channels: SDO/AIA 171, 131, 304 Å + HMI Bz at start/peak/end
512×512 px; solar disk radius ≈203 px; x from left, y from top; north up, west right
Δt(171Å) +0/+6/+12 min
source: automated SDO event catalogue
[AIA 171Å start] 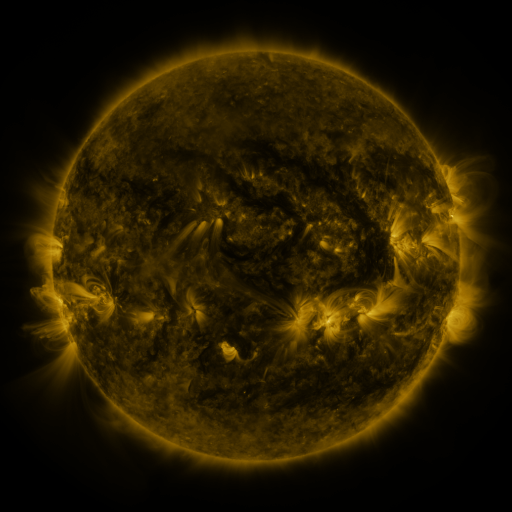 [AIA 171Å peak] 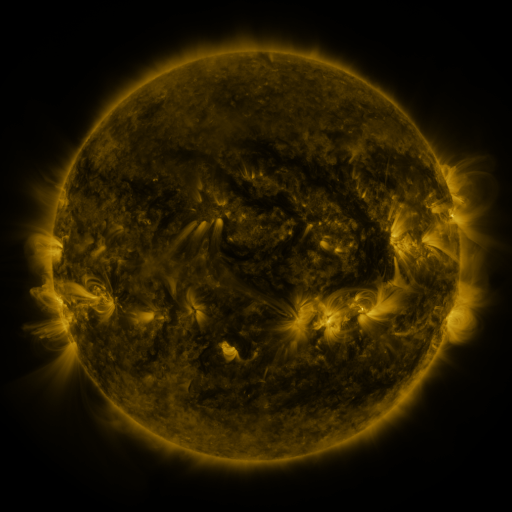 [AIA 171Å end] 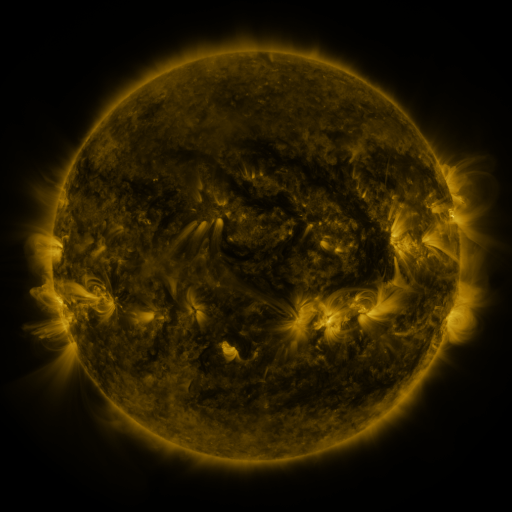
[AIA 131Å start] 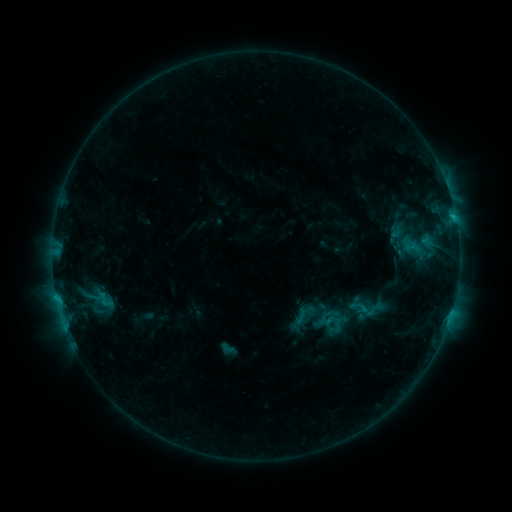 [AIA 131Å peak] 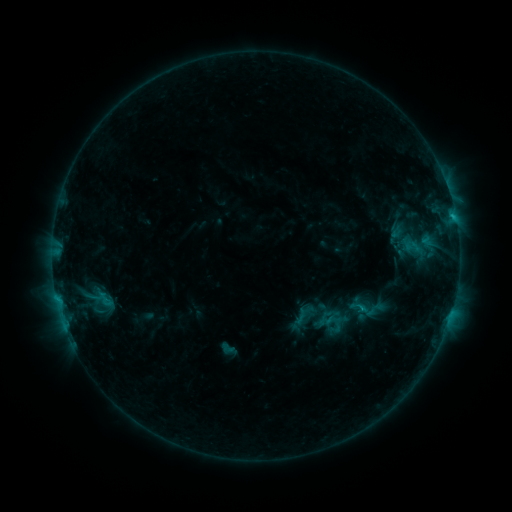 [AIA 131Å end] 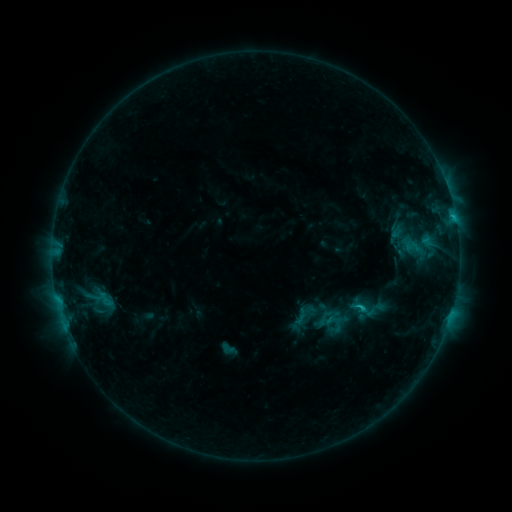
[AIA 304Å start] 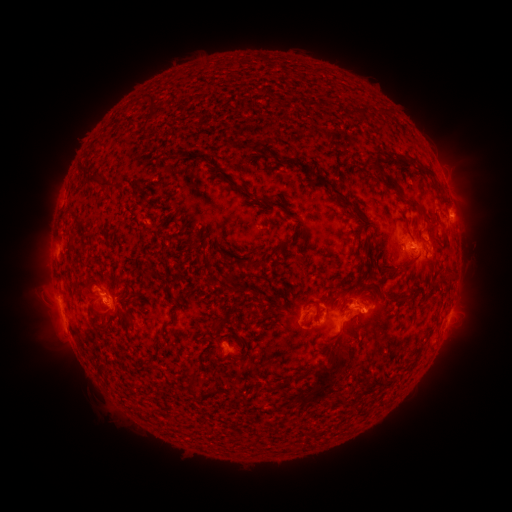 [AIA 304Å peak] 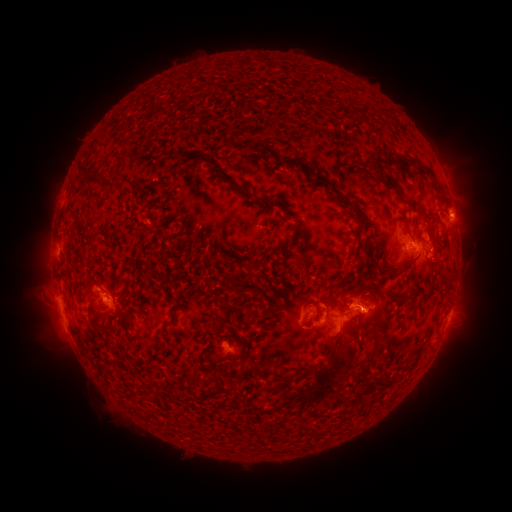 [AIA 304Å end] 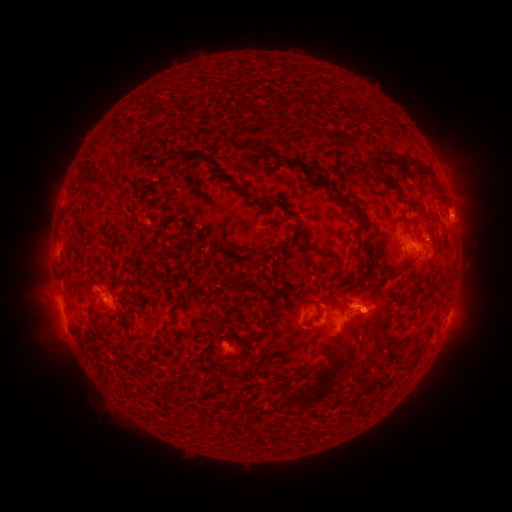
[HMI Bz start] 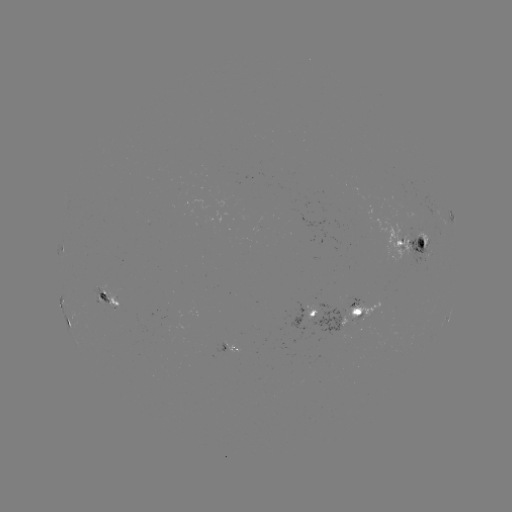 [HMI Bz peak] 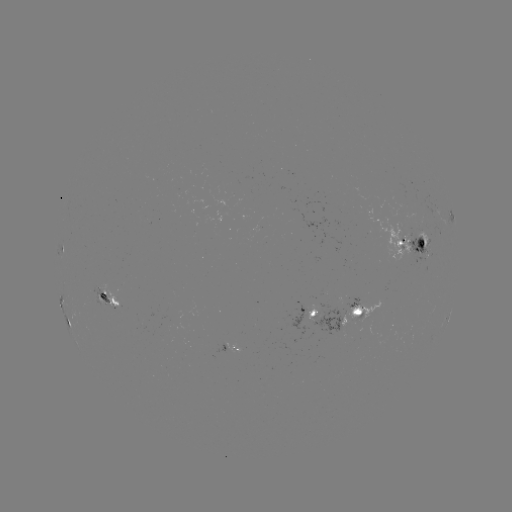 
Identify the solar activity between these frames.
C1.5 flare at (359, 305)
